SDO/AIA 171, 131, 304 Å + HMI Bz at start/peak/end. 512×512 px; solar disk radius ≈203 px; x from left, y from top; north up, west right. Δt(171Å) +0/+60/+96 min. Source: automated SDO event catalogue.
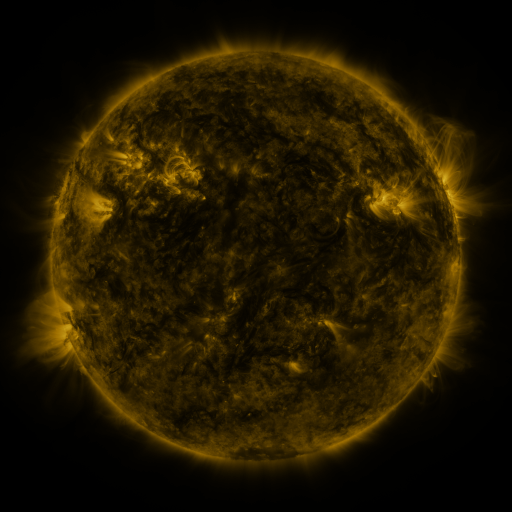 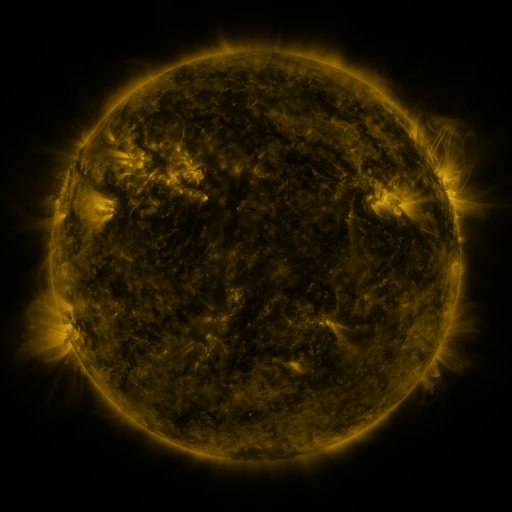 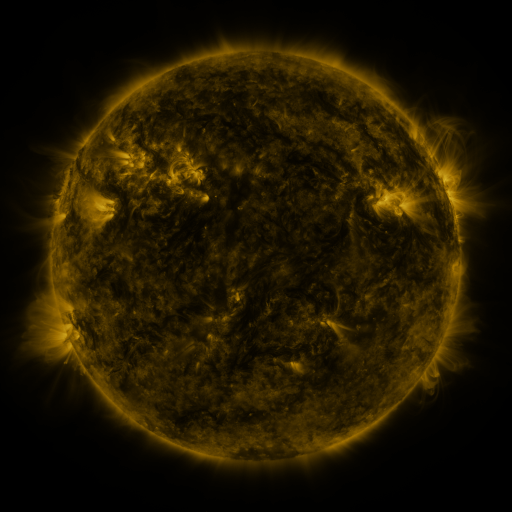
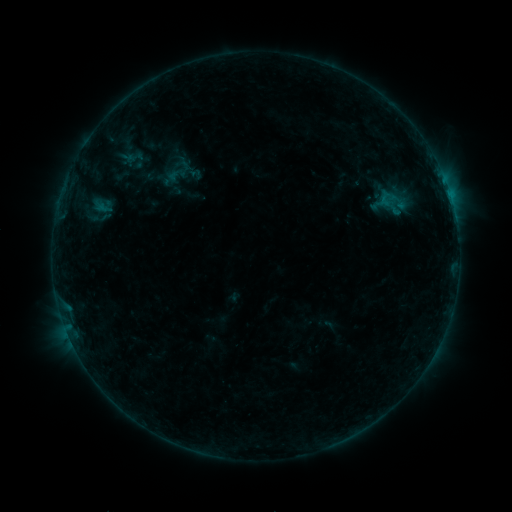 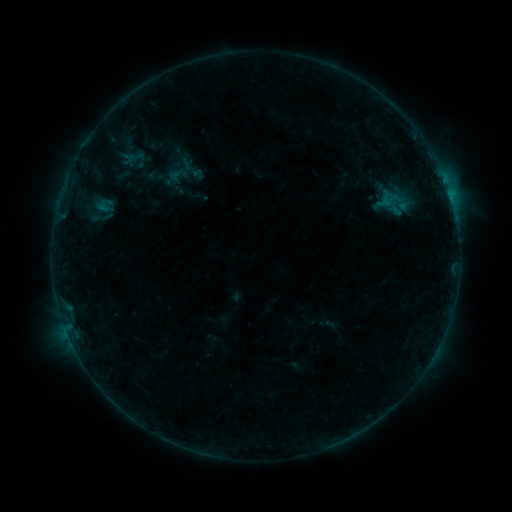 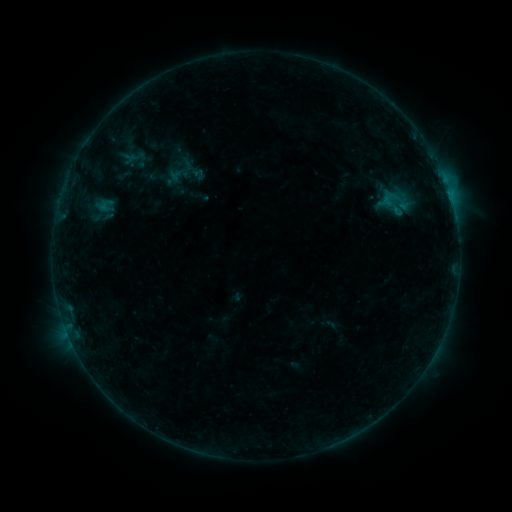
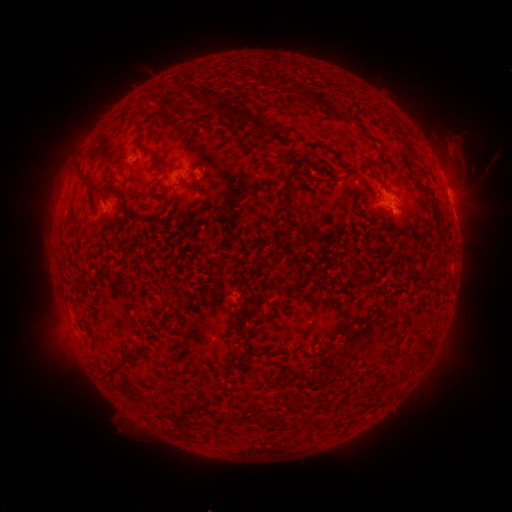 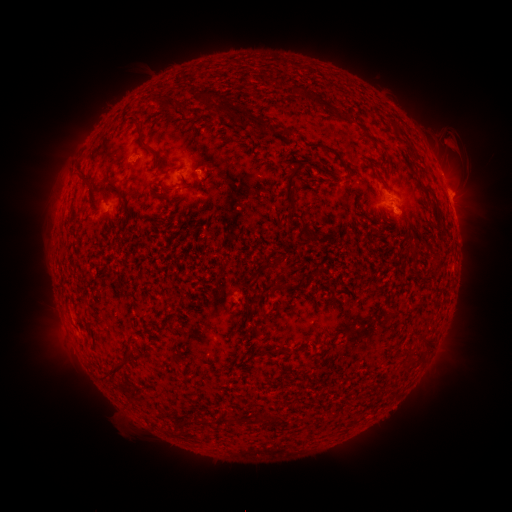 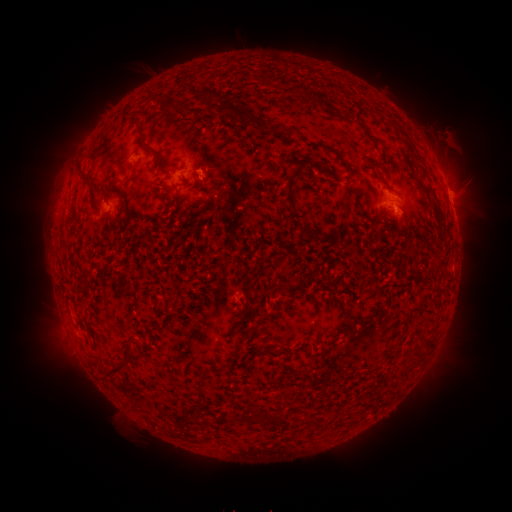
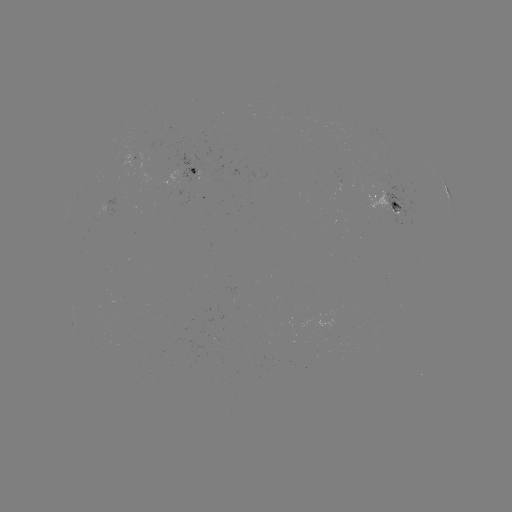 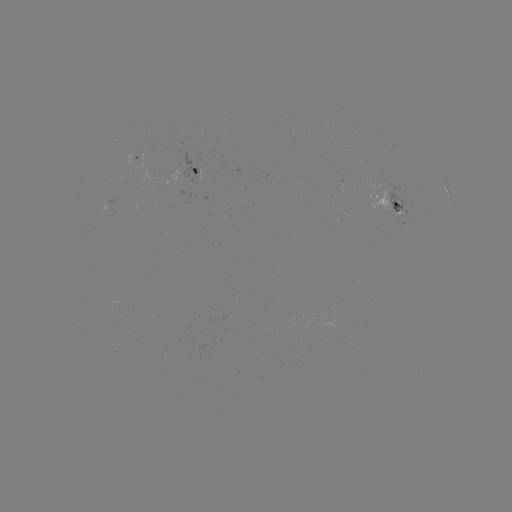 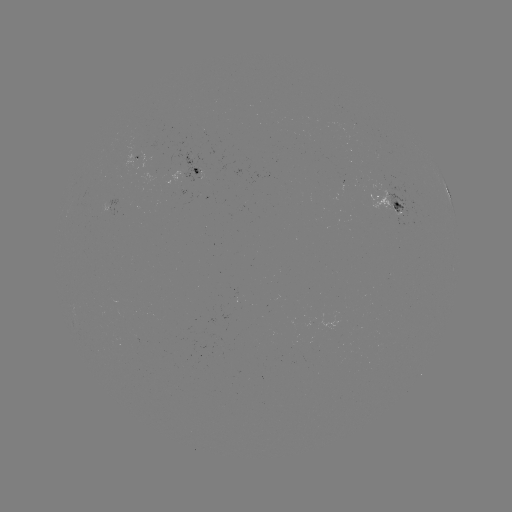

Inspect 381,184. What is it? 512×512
emerging-flux region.